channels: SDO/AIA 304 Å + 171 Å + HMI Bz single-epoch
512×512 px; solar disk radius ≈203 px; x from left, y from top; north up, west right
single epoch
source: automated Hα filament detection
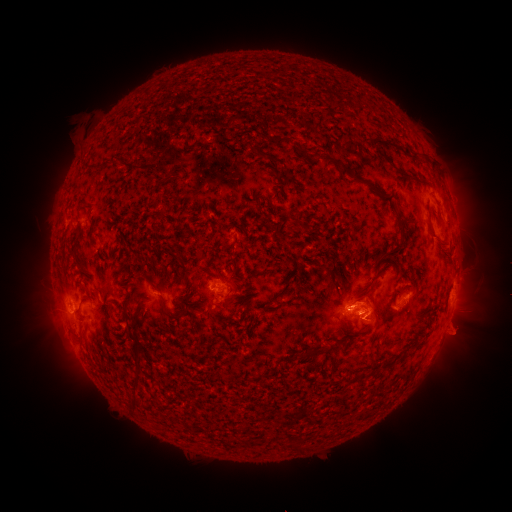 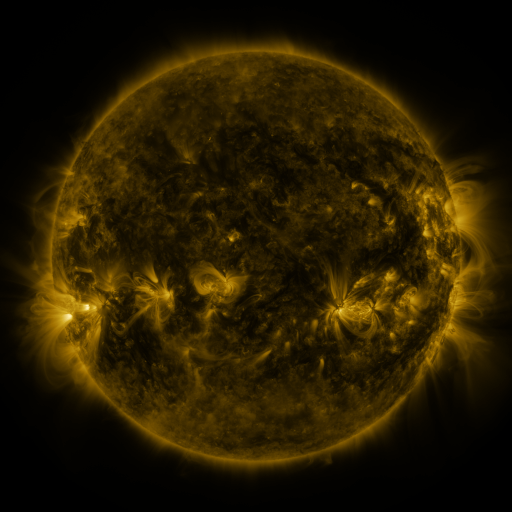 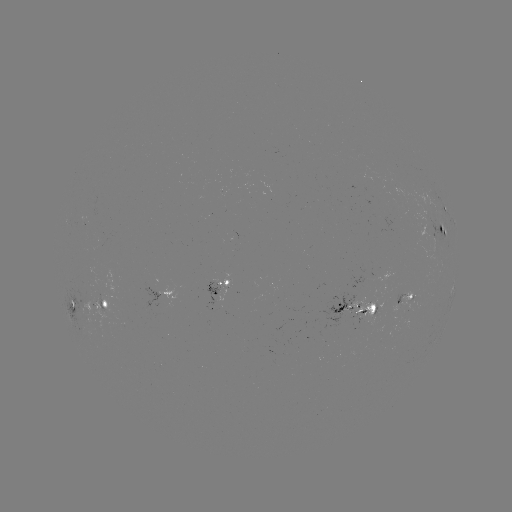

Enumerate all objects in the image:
filament: [401, 144, 427, 159]
filament: [256, 150, 279, 165]
filament: [314, 152, 352, 176]
filament: [394, 209, 405, 248]
filament: [291, 217, 301, 227]
filament: [124, 296, 133, 307]
filament: [260, 304, 270, 313]
filament: [161, 306, 183, 322]
filament: [303, 343, 328, 357]
filament: [132, 353, 141, 388]
filament: [385, 358, 396, 365]
filament: [356, 369, 368, 379]
filament: [127, 396, 144, 410]
filament: [292, 440, 304, 450]
